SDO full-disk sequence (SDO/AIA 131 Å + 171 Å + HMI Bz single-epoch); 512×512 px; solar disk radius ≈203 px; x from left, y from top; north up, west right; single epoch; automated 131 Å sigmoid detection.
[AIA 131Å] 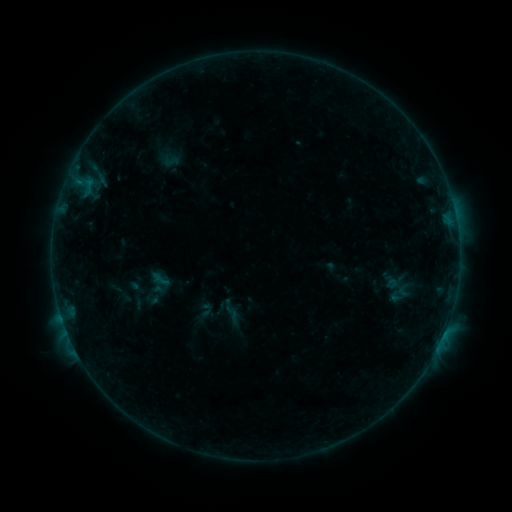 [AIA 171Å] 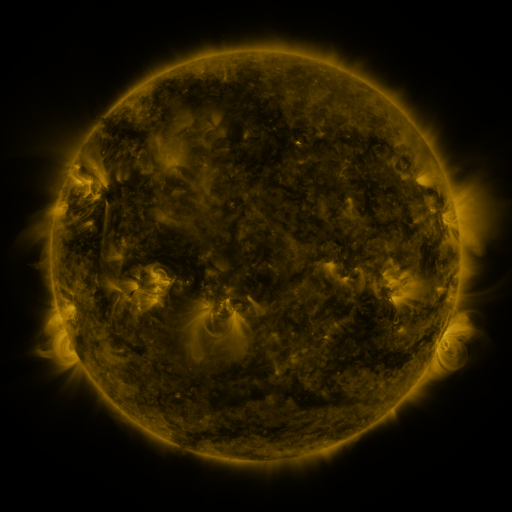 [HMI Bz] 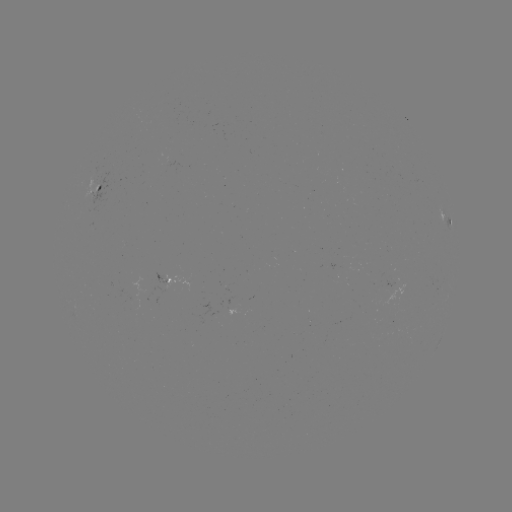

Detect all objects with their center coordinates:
sigmoid: (171, 161)
sigmoid: (161, 279)
